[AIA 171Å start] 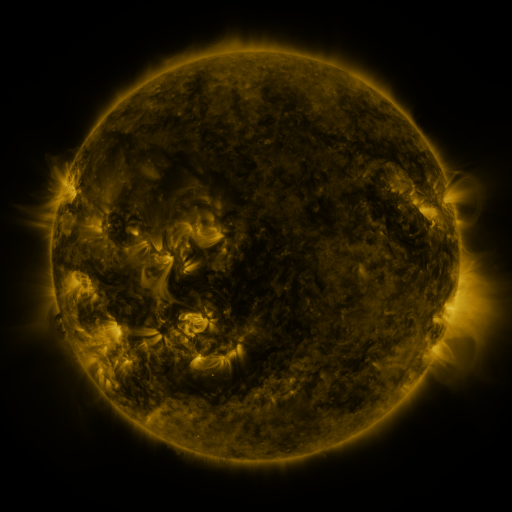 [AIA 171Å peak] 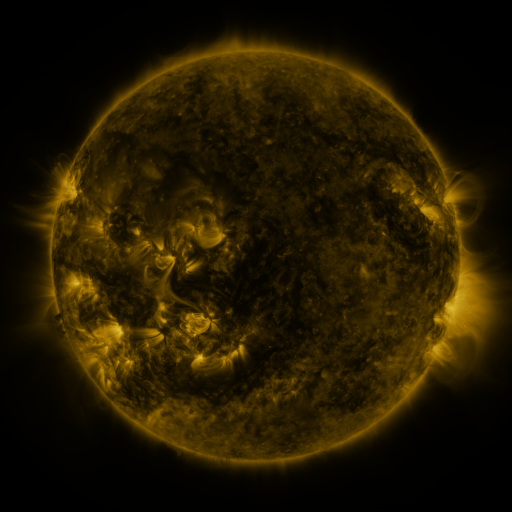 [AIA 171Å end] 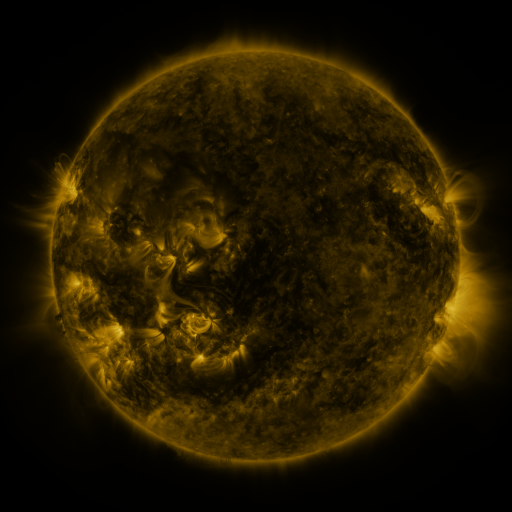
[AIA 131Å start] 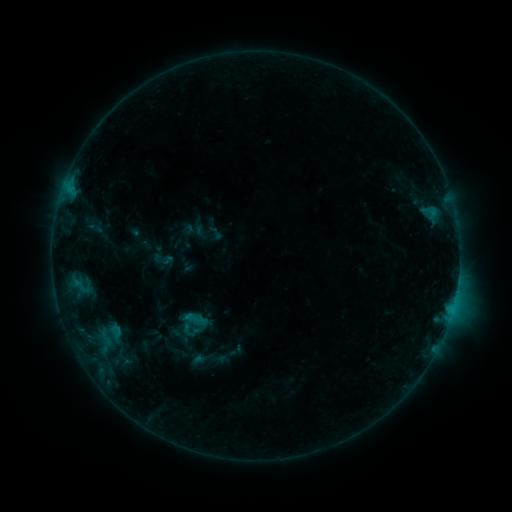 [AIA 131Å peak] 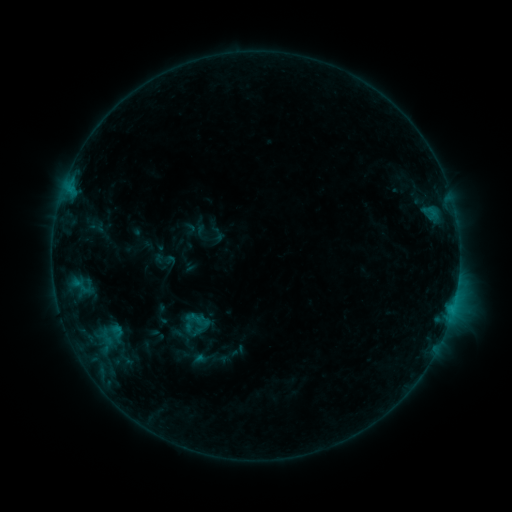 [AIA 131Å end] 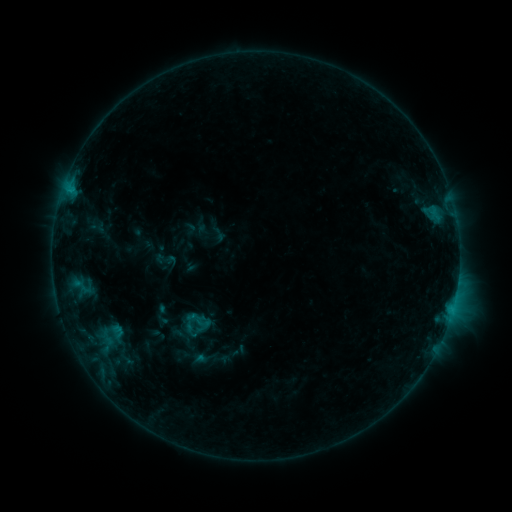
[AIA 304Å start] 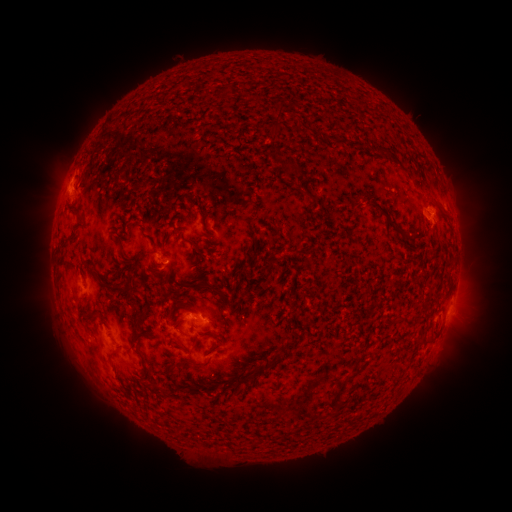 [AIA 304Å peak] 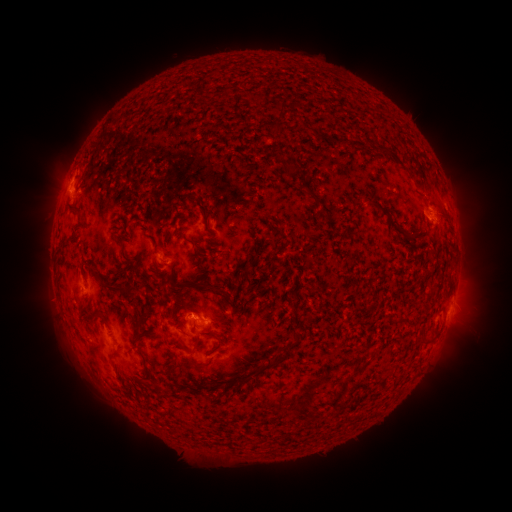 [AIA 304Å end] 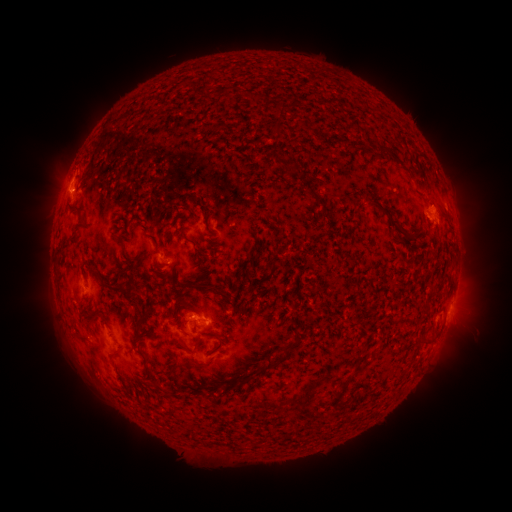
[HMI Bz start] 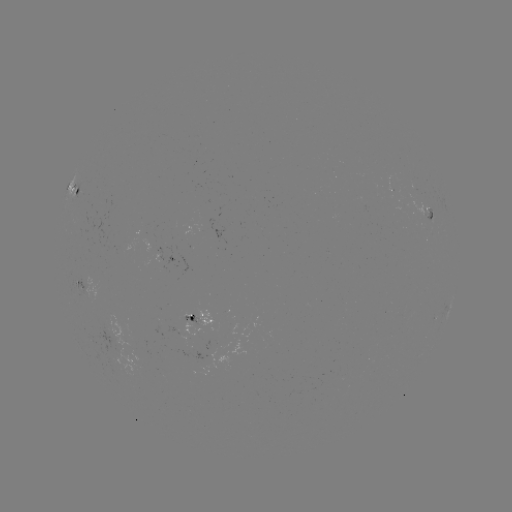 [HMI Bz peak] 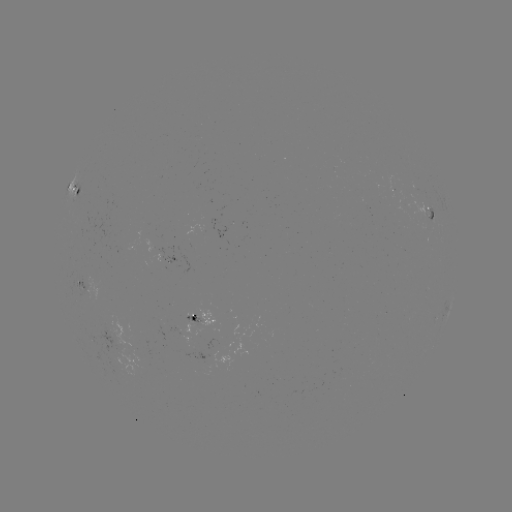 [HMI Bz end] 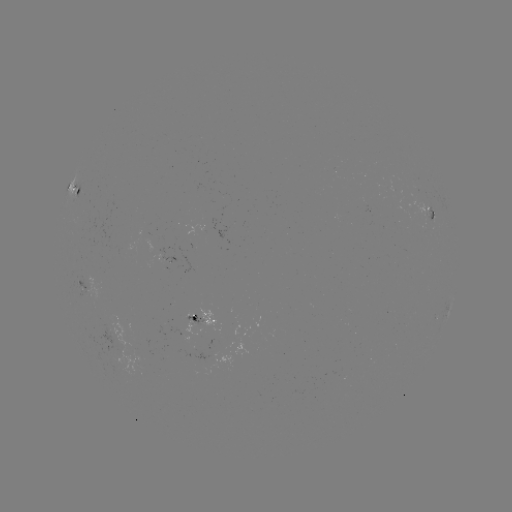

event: emerging-flux region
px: (121, 354)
